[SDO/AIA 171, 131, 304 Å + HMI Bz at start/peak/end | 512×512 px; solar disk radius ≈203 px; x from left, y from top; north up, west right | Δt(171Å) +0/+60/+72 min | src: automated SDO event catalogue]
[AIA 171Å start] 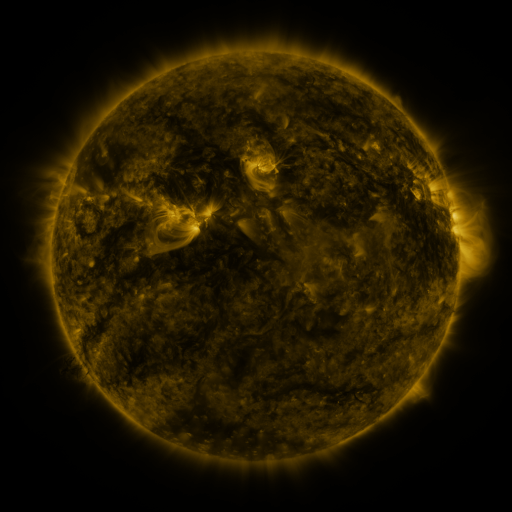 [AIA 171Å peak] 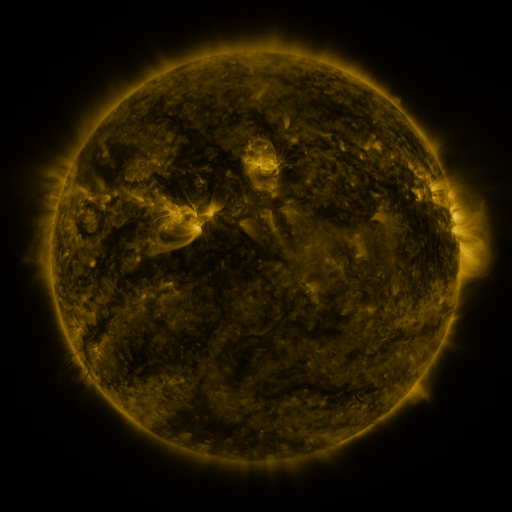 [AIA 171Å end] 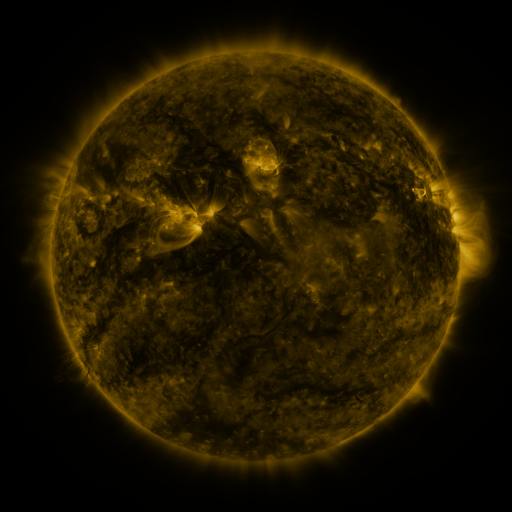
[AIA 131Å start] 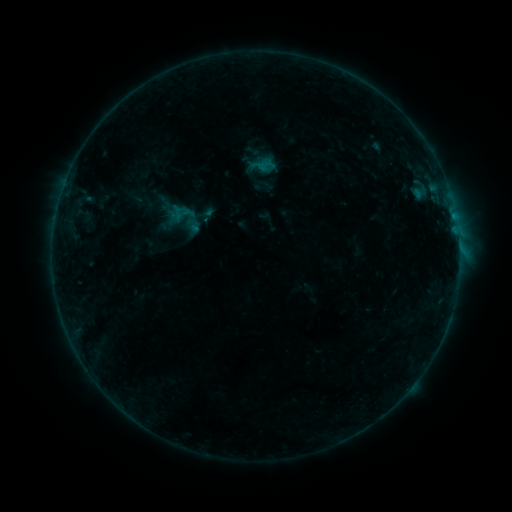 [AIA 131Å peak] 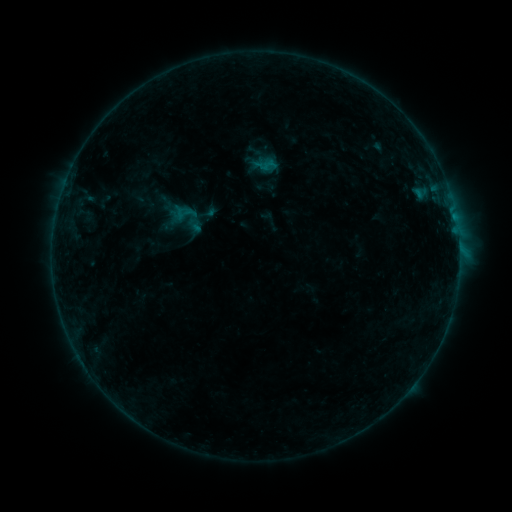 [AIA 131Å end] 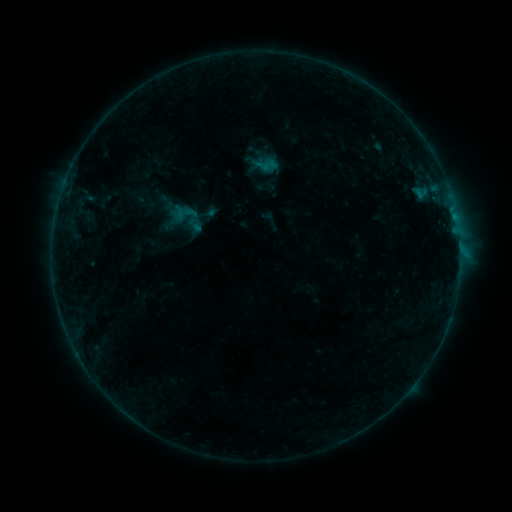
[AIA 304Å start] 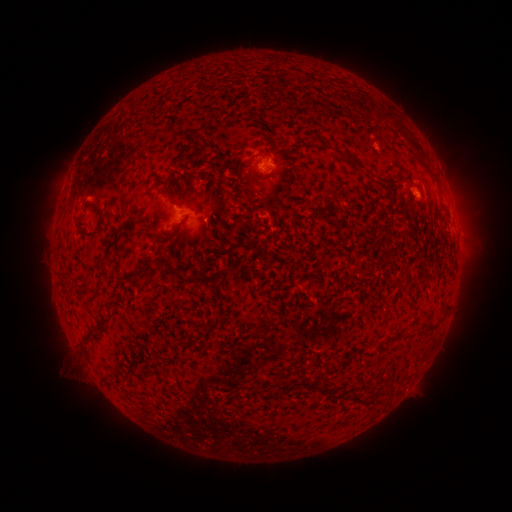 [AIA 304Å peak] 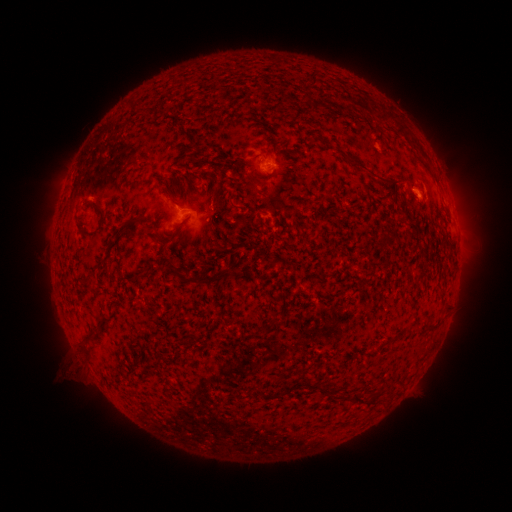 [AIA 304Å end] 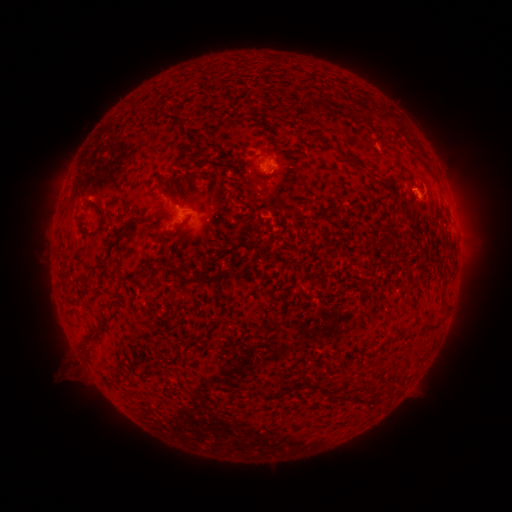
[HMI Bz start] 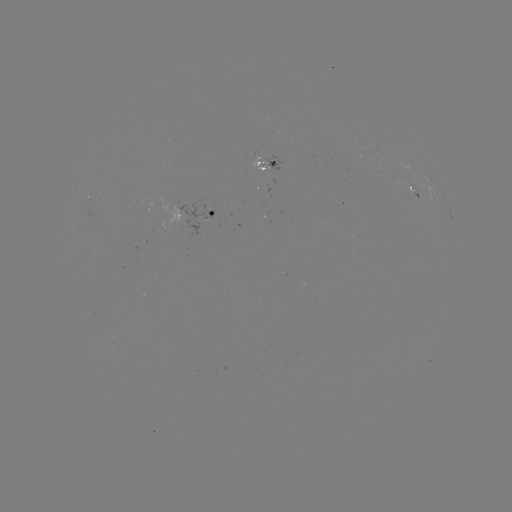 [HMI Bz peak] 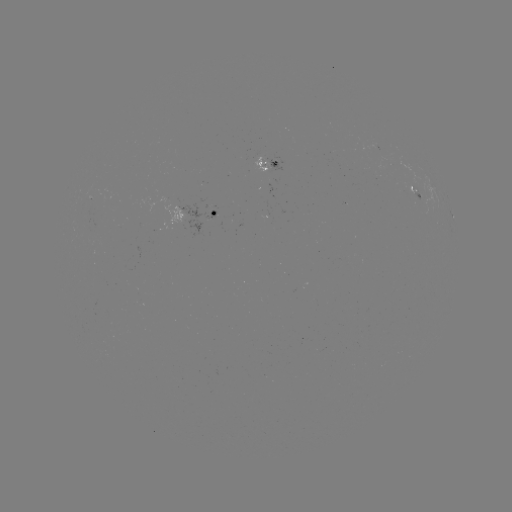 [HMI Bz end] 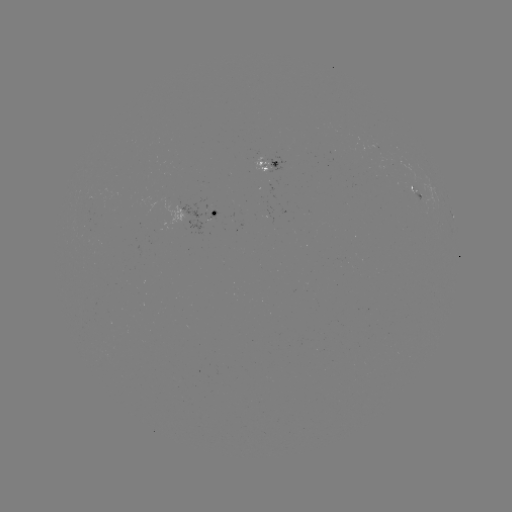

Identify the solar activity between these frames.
emerging-flux region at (212, 212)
